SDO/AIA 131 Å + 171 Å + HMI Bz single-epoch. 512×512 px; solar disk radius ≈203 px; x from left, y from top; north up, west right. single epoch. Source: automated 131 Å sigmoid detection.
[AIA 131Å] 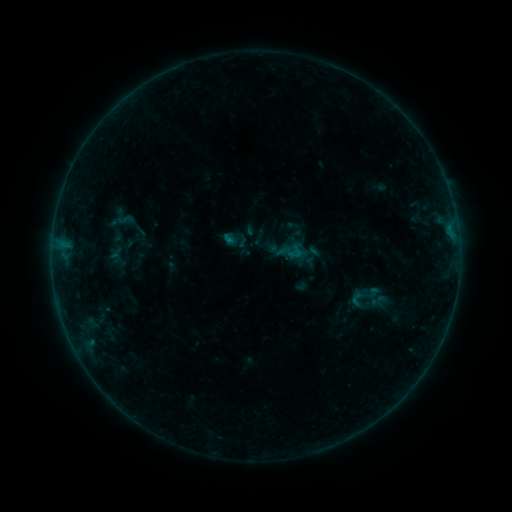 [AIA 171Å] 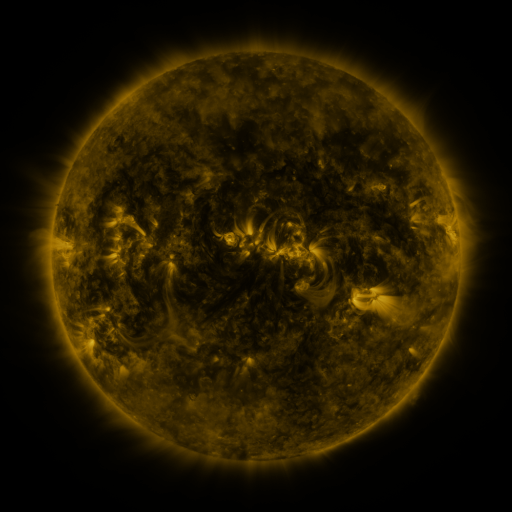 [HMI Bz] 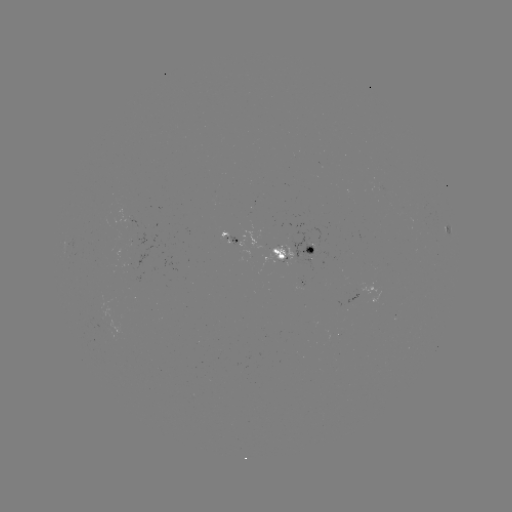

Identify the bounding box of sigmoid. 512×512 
[347, 279, 380, 312].